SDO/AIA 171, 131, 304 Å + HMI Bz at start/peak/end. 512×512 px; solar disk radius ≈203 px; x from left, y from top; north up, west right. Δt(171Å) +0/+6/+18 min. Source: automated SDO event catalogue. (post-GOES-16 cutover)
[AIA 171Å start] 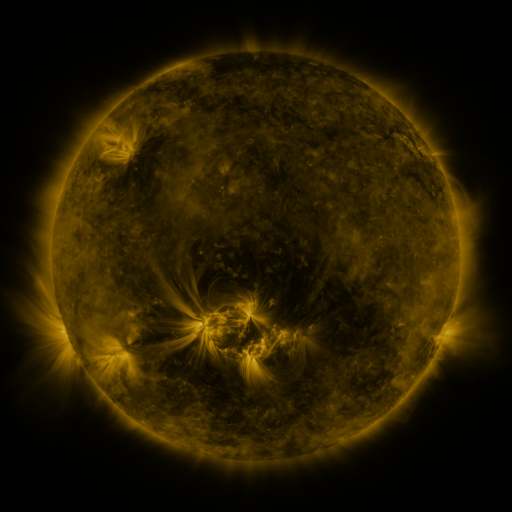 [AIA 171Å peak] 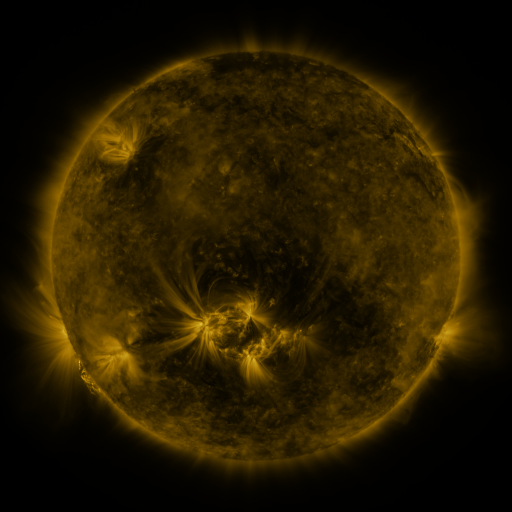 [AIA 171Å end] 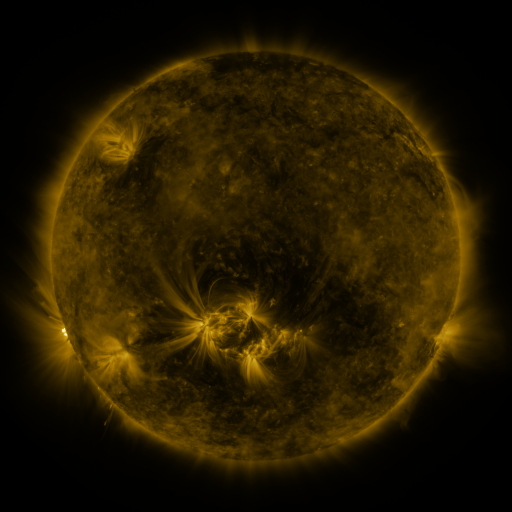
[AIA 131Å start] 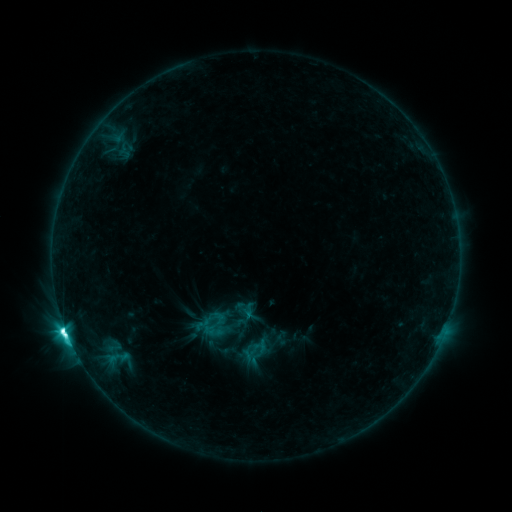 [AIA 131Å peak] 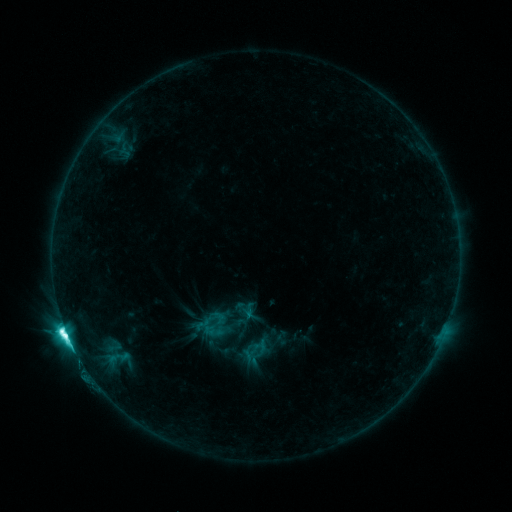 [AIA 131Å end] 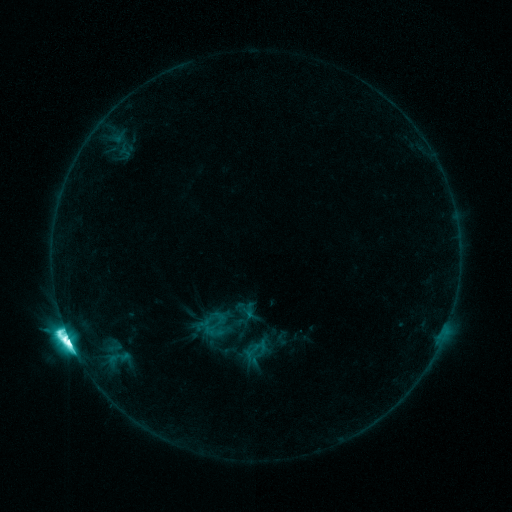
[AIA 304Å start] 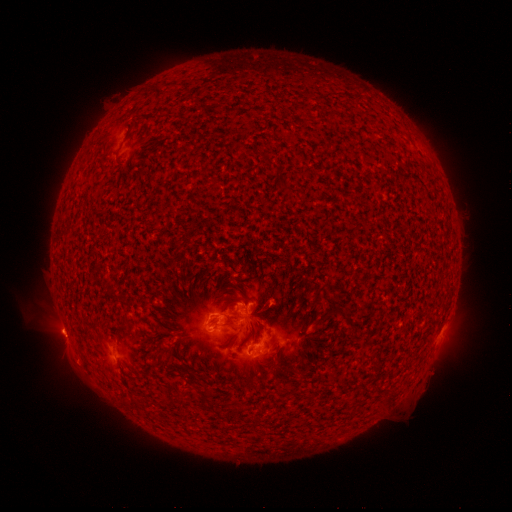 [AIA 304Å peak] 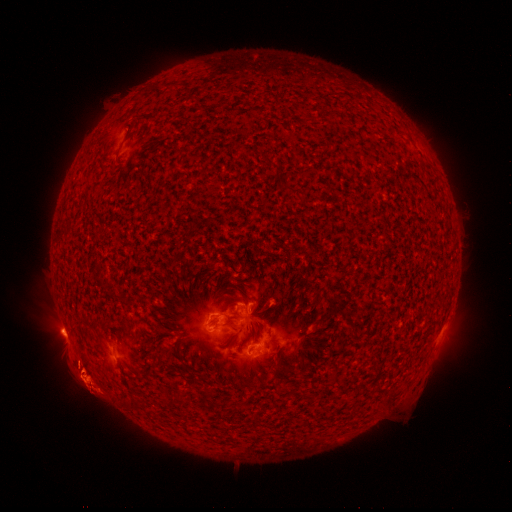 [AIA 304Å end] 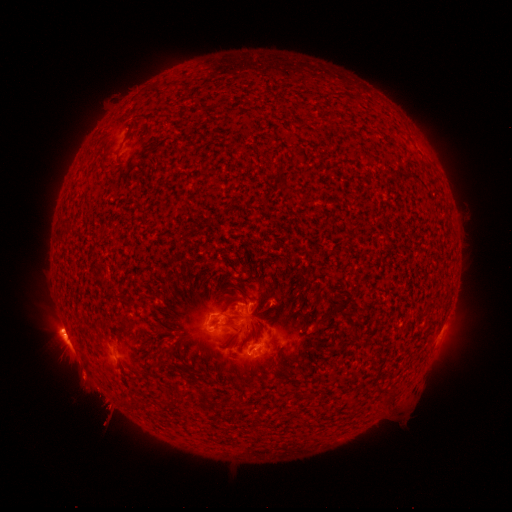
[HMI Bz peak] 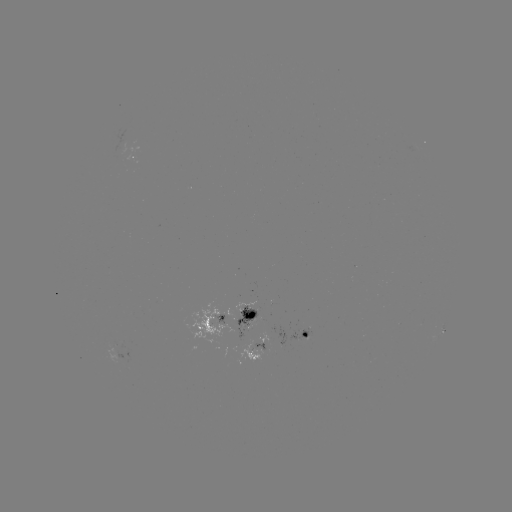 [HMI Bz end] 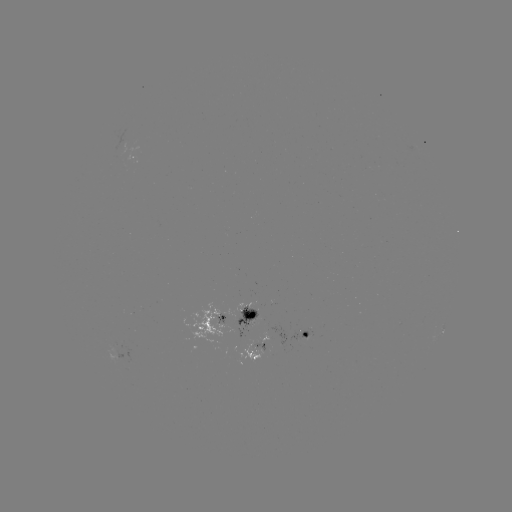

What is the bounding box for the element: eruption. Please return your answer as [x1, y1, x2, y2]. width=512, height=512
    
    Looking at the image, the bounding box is [55, 314, 131, 457].